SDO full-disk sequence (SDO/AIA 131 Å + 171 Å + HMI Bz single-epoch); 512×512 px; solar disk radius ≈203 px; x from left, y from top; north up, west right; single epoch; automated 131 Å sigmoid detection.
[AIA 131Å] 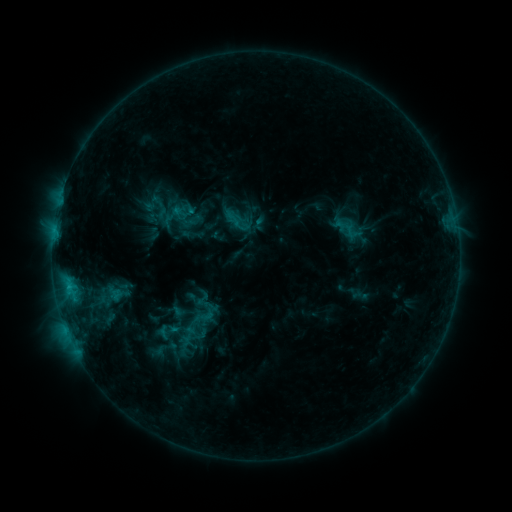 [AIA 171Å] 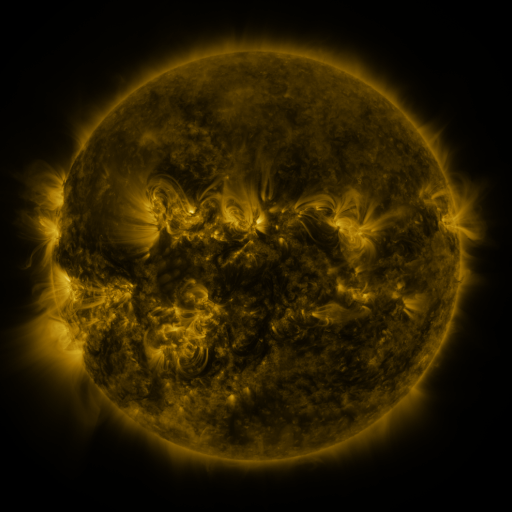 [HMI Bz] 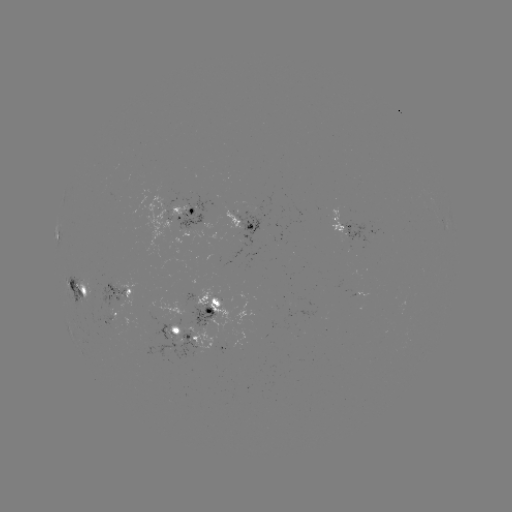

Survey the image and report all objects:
sigmoid: (208, 313)
sigmoid: (167, 331)
